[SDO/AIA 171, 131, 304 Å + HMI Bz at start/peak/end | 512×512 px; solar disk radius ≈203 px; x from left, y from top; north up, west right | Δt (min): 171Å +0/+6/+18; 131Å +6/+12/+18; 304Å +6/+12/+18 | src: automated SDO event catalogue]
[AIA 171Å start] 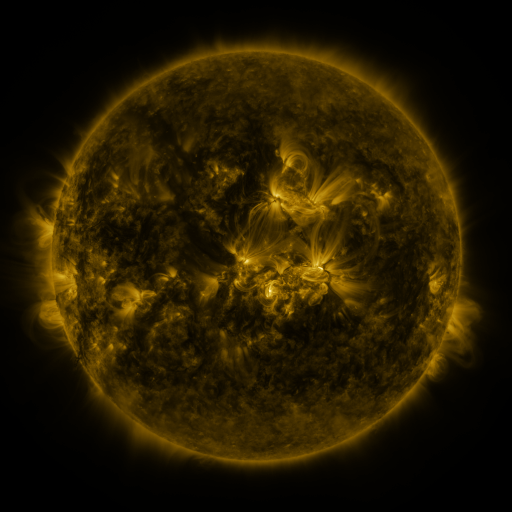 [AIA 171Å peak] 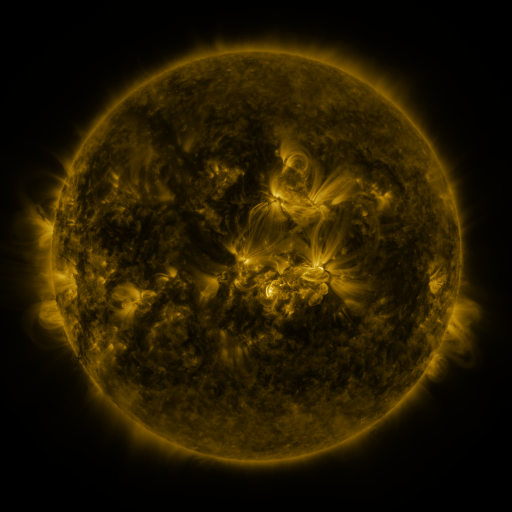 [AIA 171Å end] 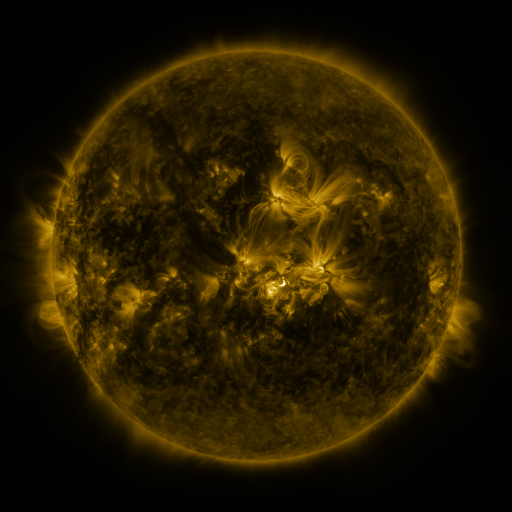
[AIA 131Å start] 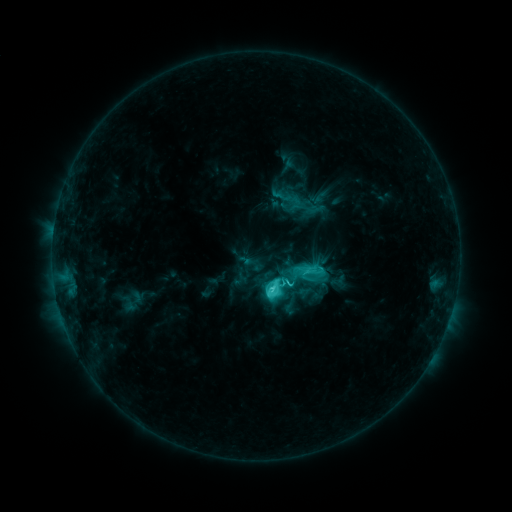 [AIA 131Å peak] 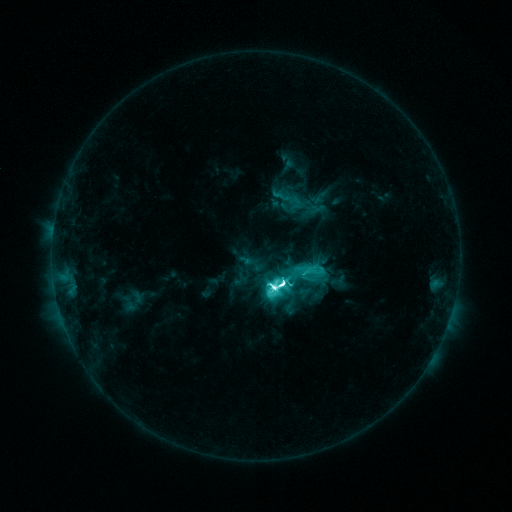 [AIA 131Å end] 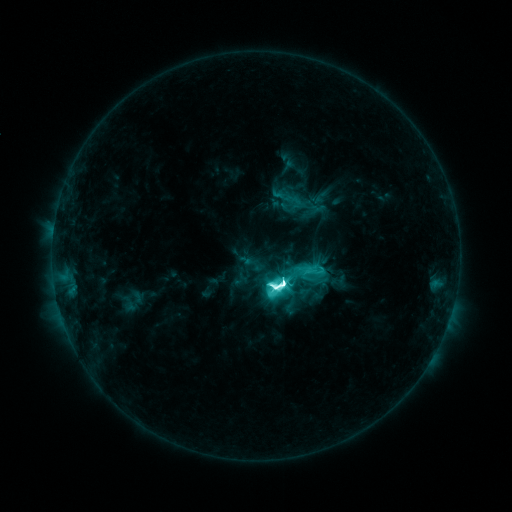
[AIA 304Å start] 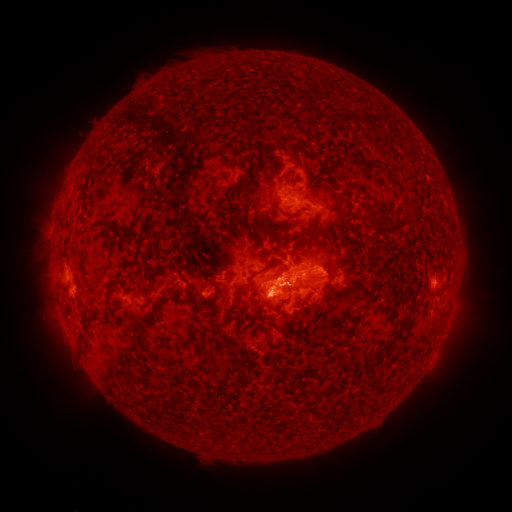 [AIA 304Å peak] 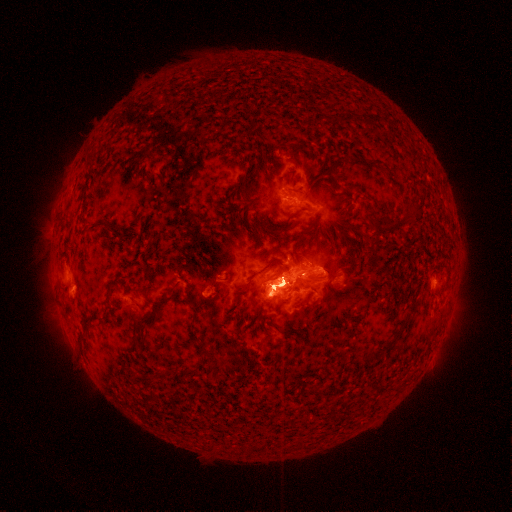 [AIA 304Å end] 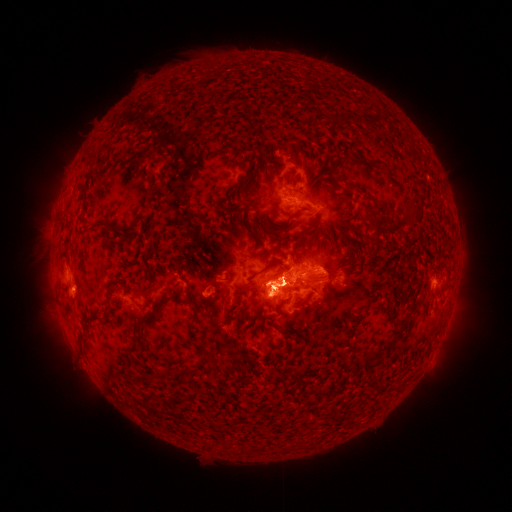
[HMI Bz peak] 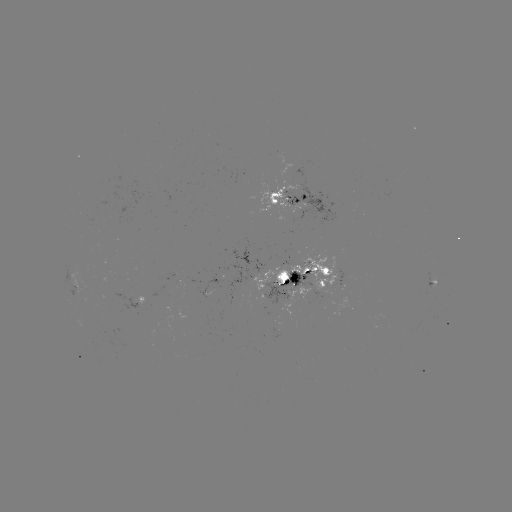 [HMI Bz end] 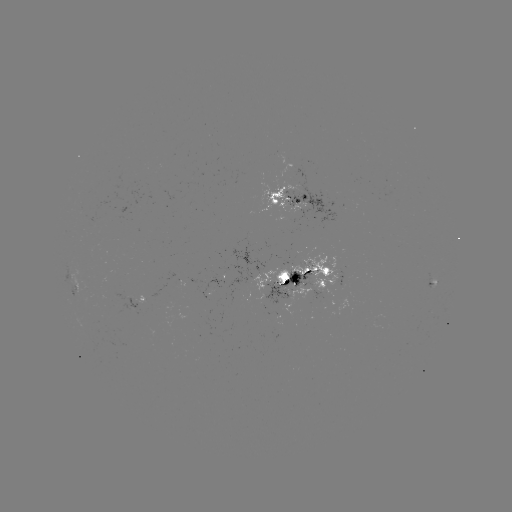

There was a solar flare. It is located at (280, 283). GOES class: M5.2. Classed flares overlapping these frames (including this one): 1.